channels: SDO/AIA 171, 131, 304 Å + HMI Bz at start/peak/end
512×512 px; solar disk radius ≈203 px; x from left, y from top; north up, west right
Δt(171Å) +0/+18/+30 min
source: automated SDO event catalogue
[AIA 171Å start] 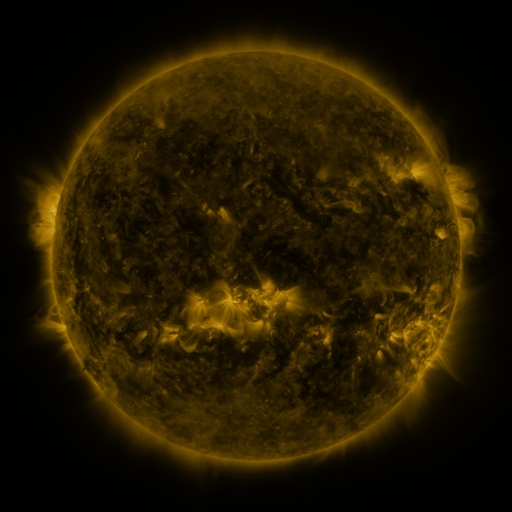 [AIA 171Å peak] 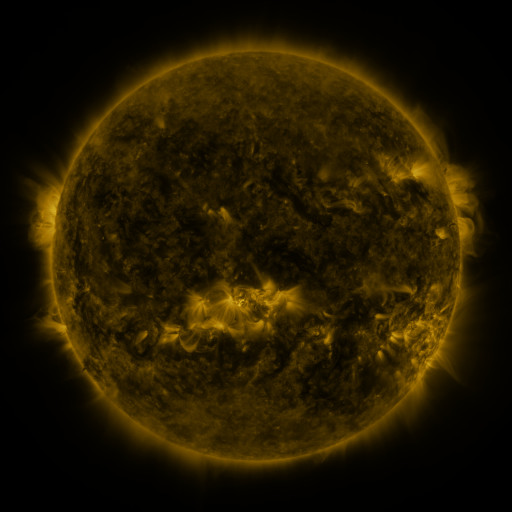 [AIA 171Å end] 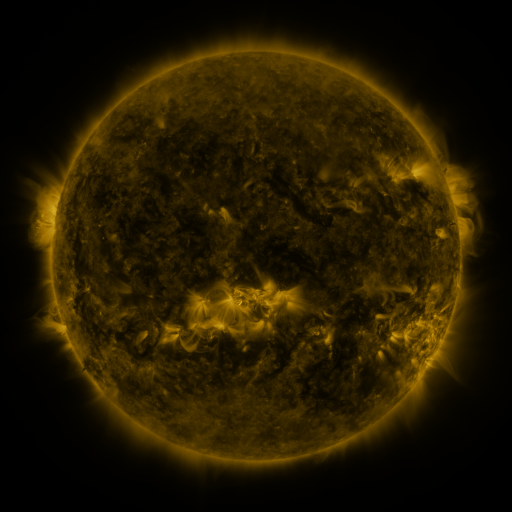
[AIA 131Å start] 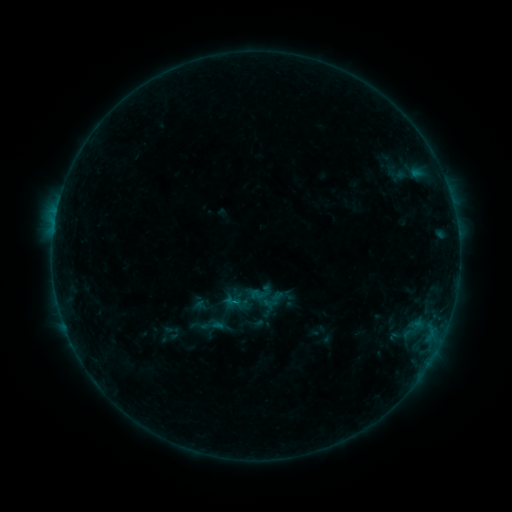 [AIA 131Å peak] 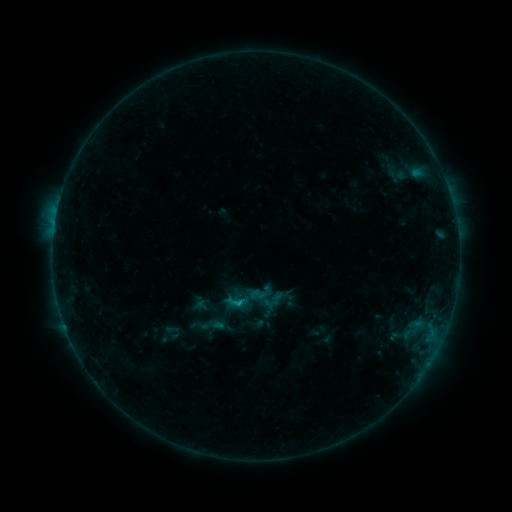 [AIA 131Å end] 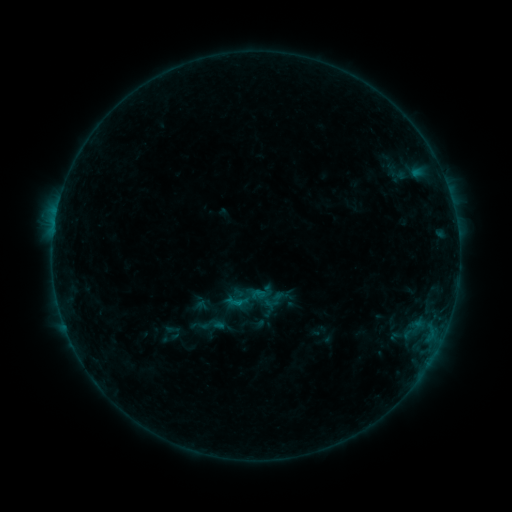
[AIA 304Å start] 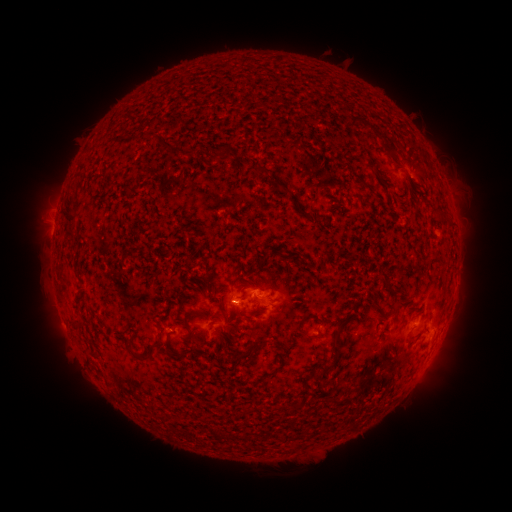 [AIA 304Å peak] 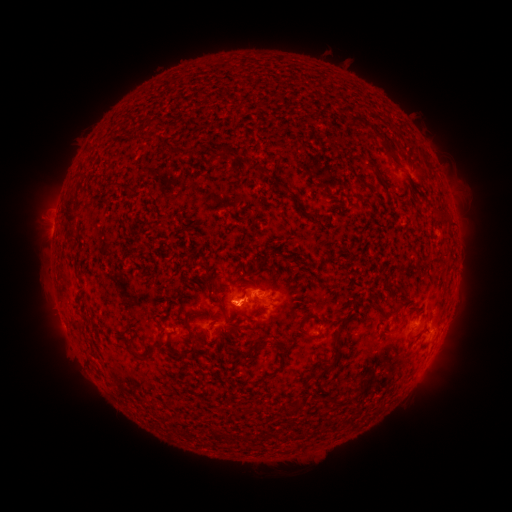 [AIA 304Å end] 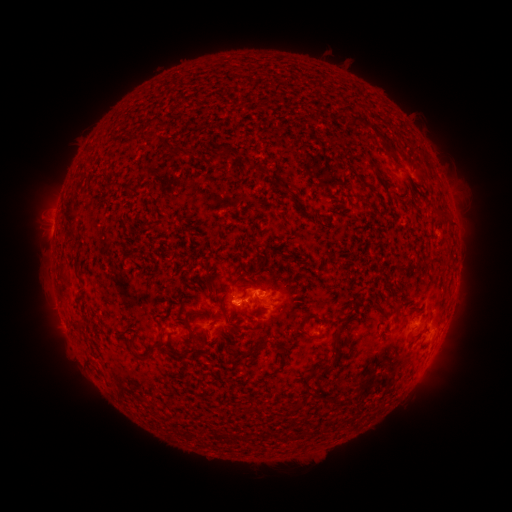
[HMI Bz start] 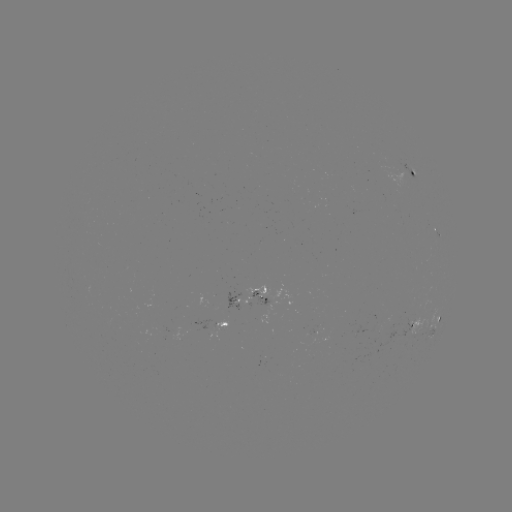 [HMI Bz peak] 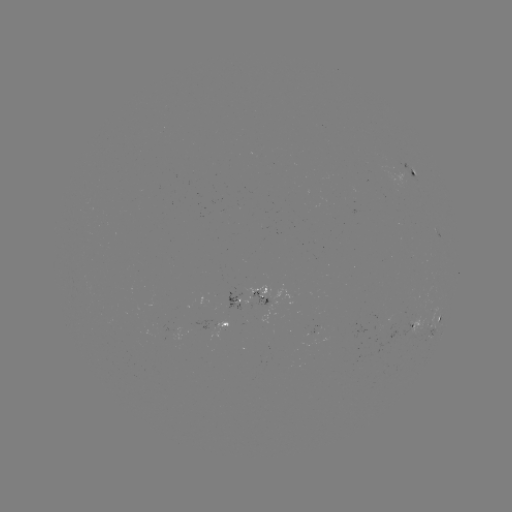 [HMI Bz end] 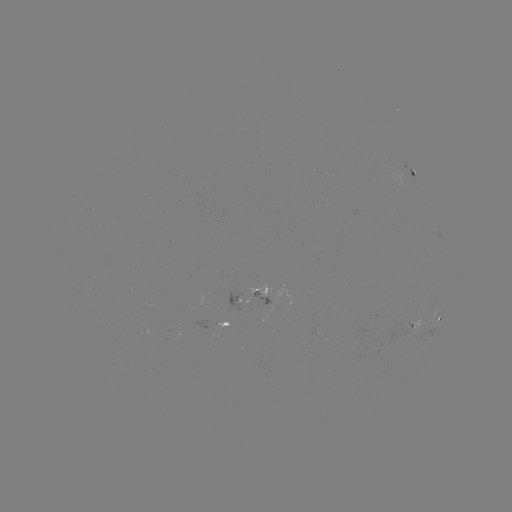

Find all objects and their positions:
B4.8 flare: (238, 301)
